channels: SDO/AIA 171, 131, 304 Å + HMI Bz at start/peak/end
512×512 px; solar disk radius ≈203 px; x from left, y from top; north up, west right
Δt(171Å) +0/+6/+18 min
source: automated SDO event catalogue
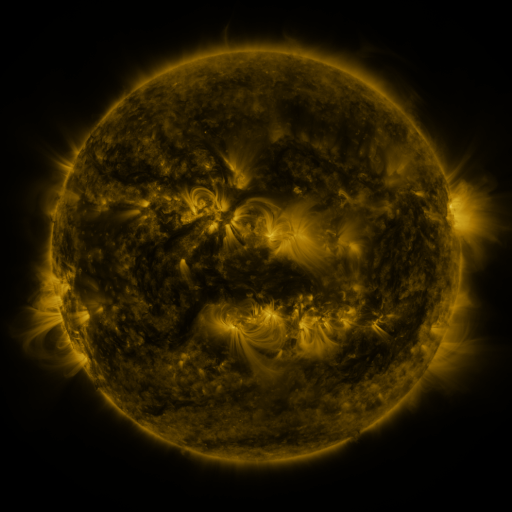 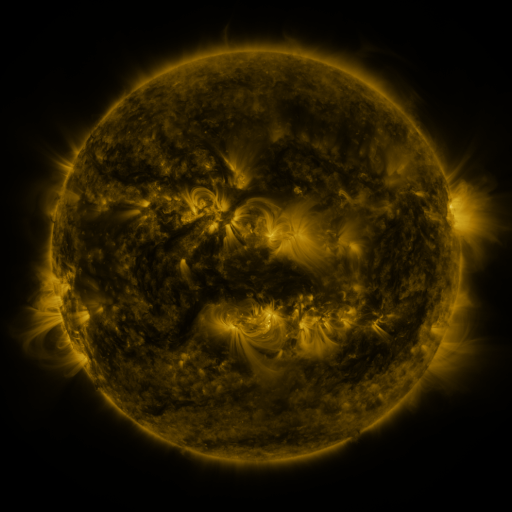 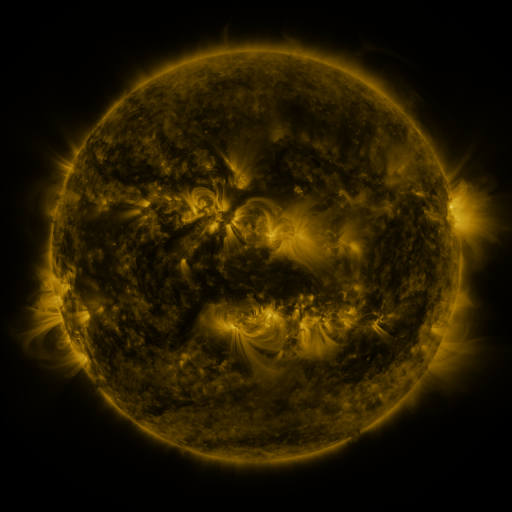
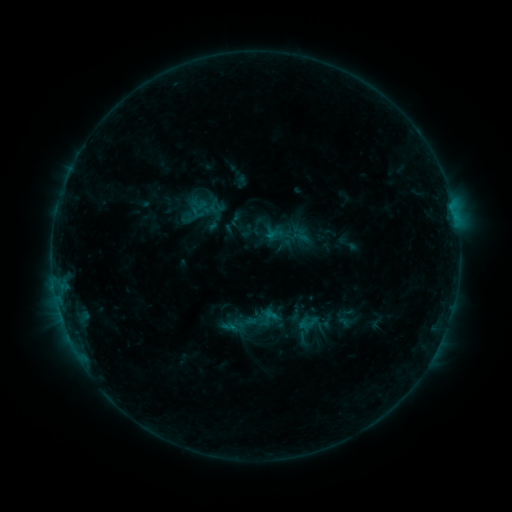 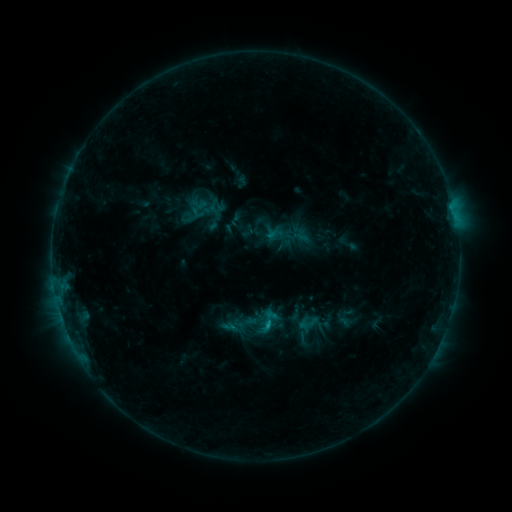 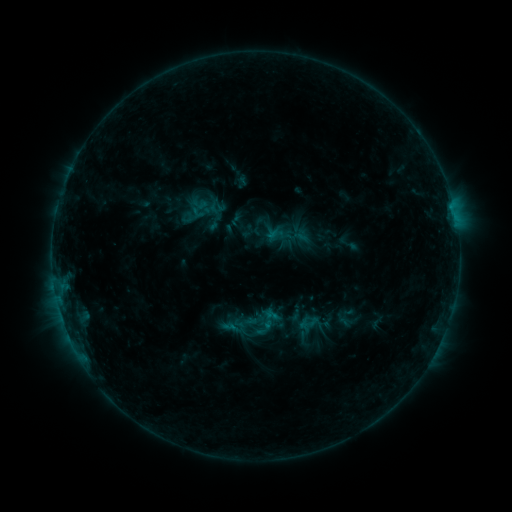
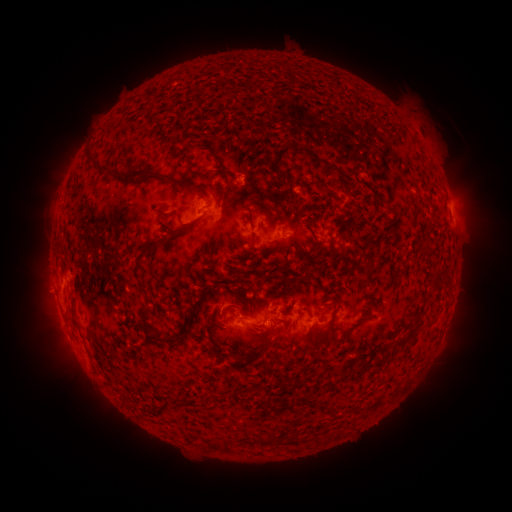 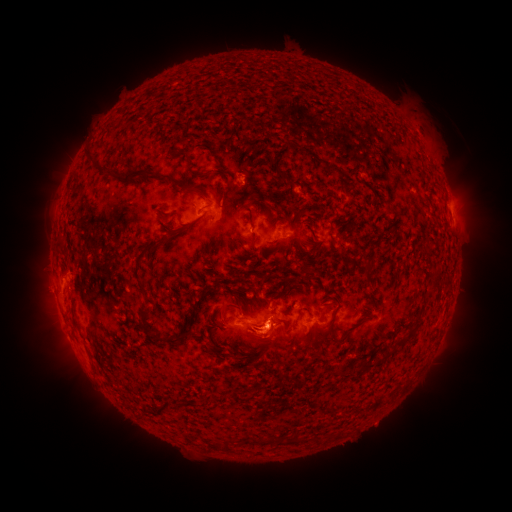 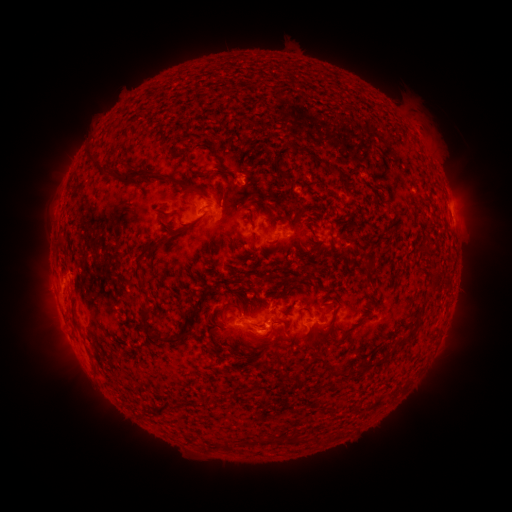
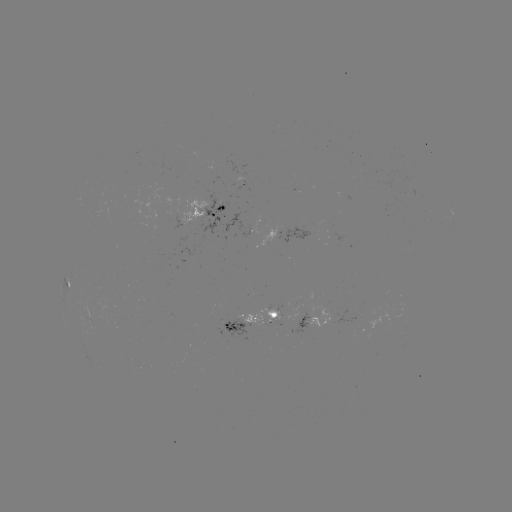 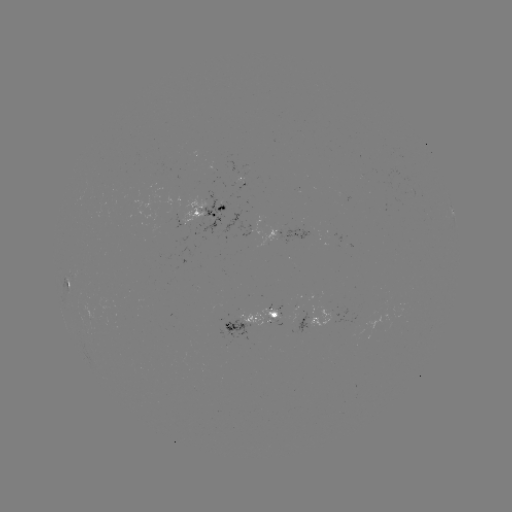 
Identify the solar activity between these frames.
eruption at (265, 343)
